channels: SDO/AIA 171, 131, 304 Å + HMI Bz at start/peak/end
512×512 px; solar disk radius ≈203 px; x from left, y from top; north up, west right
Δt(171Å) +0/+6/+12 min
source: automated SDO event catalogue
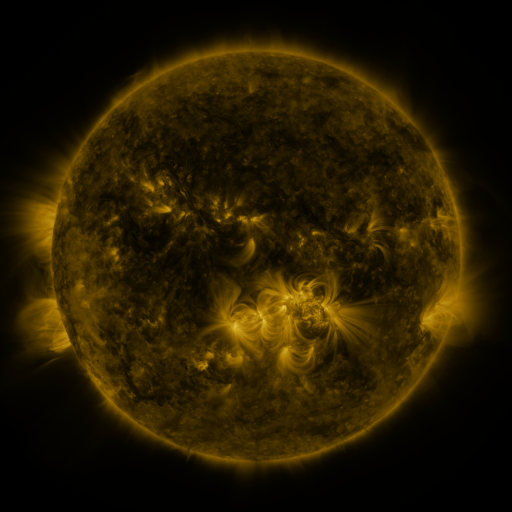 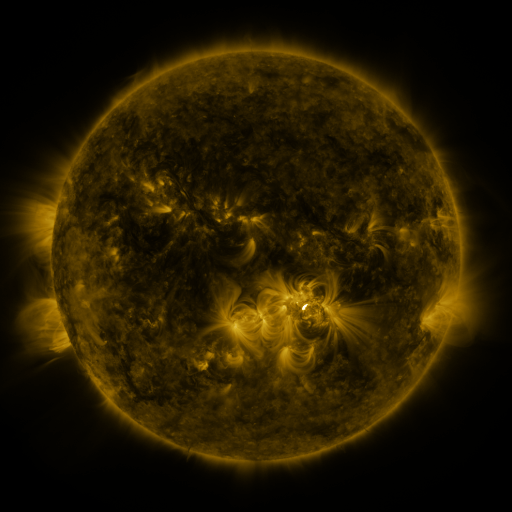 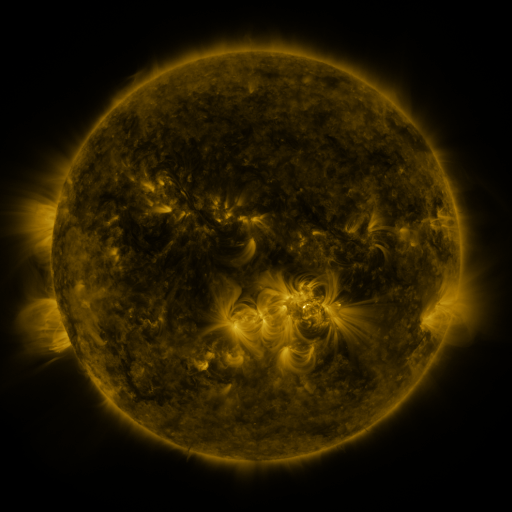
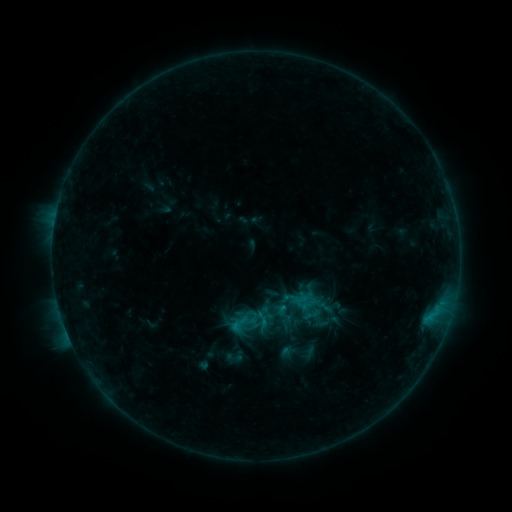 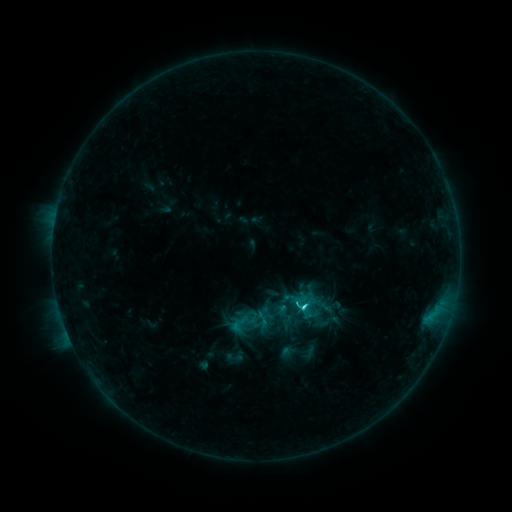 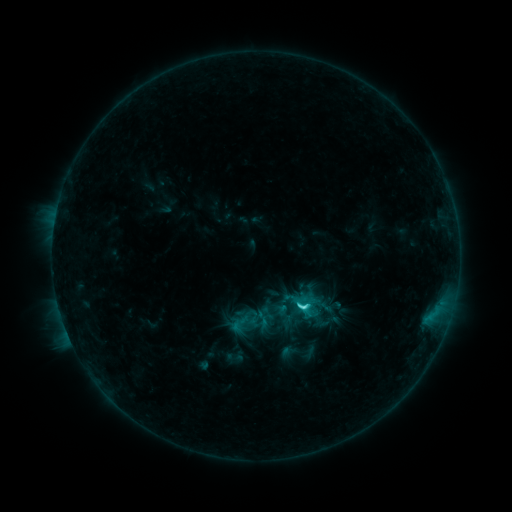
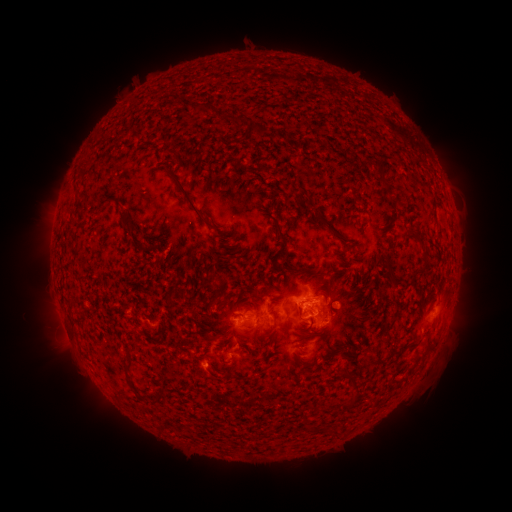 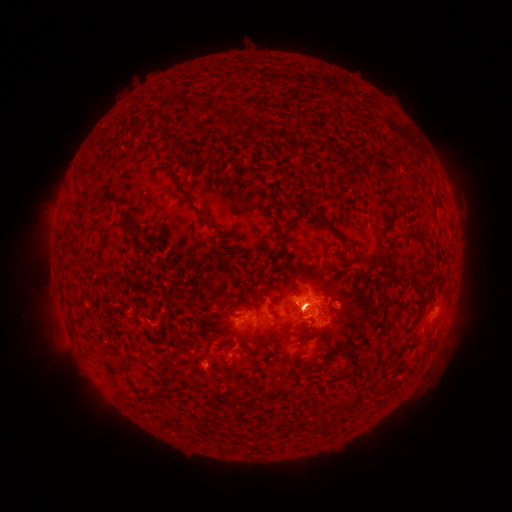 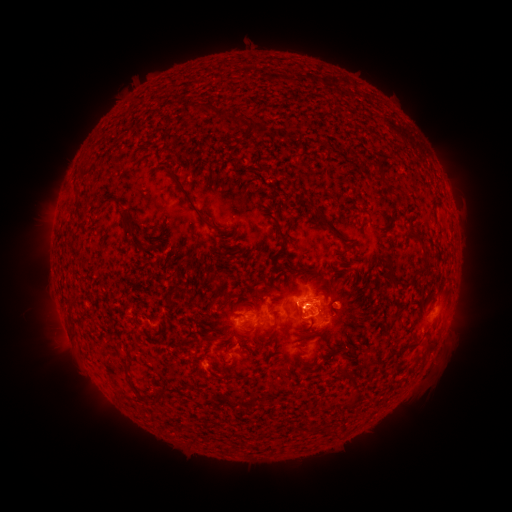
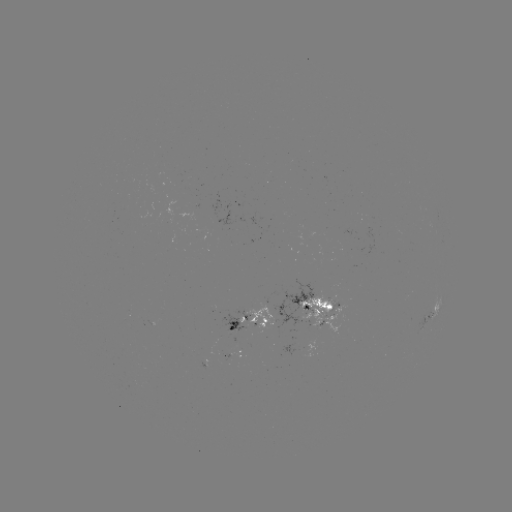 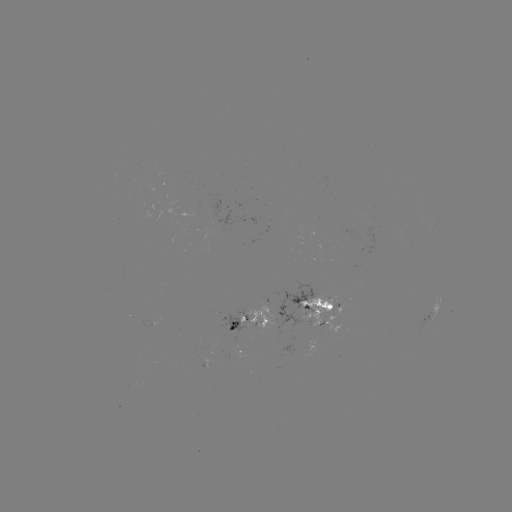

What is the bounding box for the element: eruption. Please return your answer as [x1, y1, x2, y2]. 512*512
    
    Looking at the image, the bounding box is [242, 311, 325, 353].